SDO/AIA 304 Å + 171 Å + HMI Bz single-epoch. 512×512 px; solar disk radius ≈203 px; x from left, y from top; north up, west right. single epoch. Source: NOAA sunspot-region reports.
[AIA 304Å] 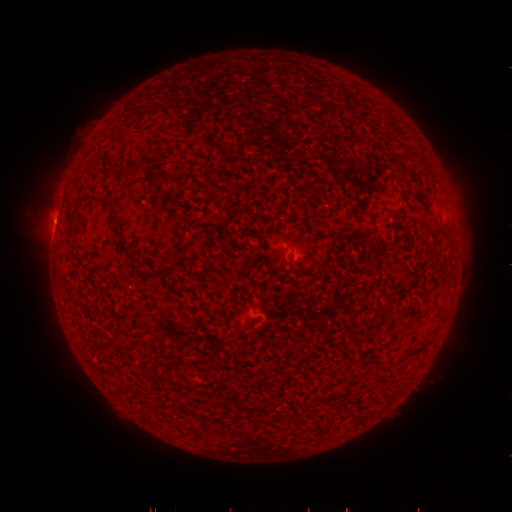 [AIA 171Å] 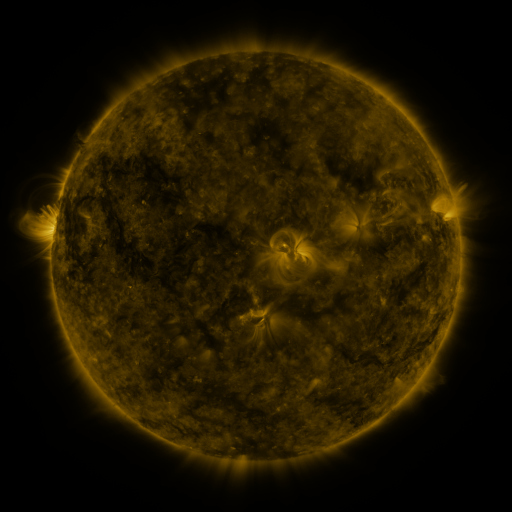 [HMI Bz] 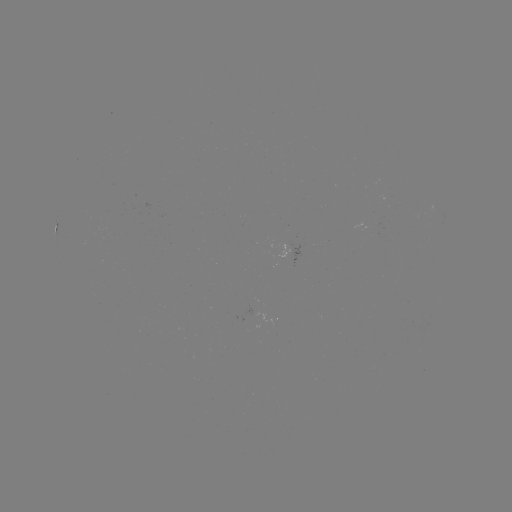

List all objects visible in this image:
(none)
